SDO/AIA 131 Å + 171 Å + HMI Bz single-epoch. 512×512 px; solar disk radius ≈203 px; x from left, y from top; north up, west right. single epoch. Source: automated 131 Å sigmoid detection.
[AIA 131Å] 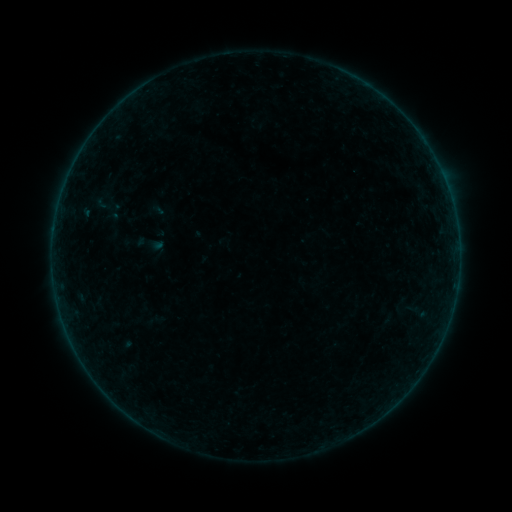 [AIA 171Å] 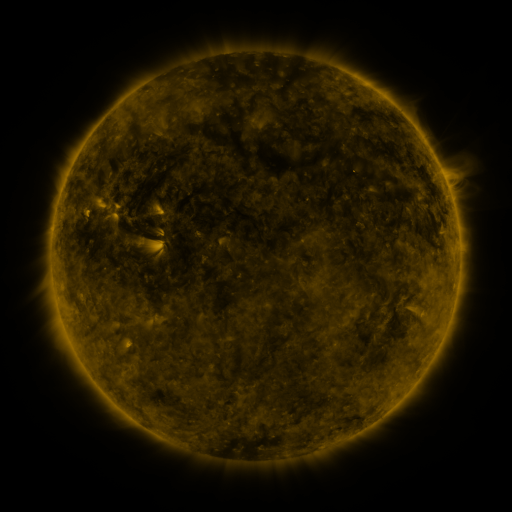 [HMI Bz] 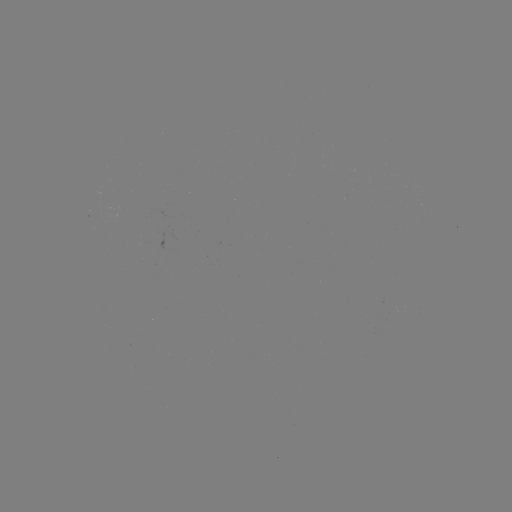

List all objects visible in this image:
sigmoid: [94, 193, 112, 215]
